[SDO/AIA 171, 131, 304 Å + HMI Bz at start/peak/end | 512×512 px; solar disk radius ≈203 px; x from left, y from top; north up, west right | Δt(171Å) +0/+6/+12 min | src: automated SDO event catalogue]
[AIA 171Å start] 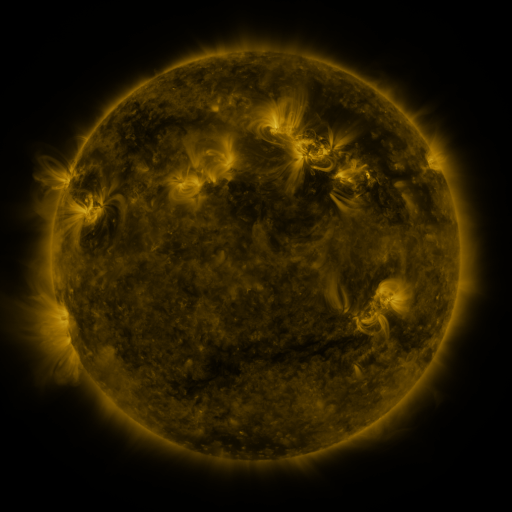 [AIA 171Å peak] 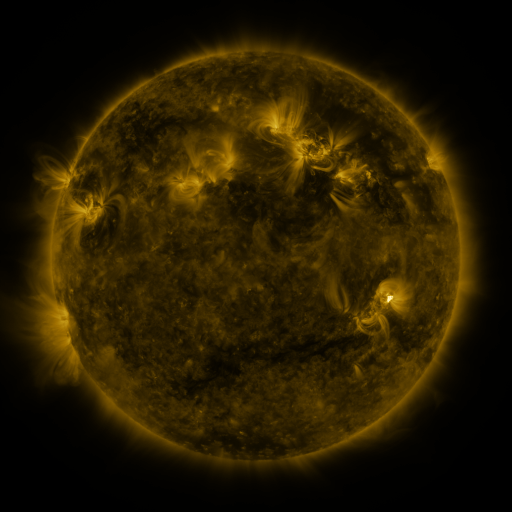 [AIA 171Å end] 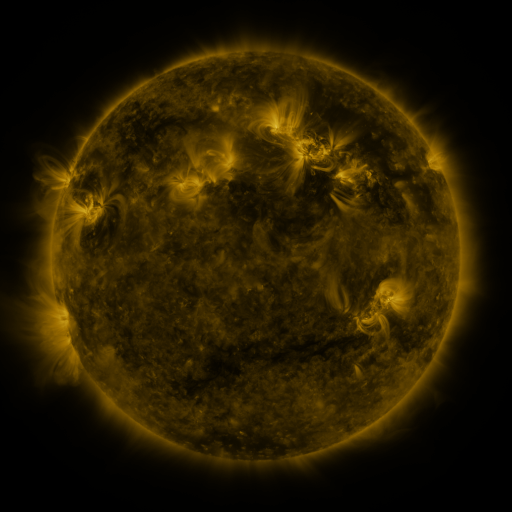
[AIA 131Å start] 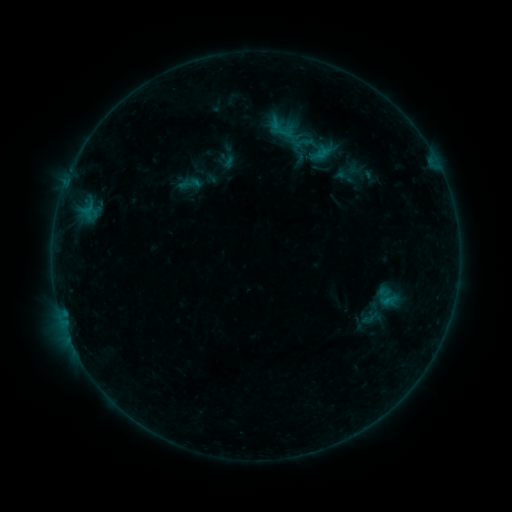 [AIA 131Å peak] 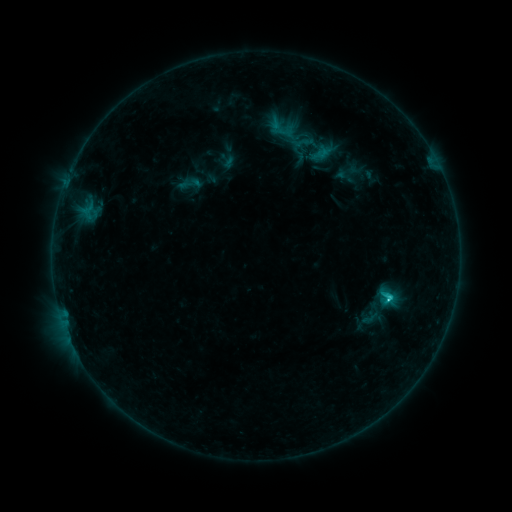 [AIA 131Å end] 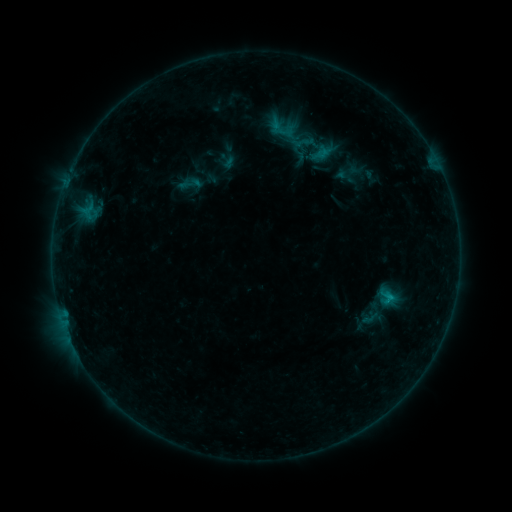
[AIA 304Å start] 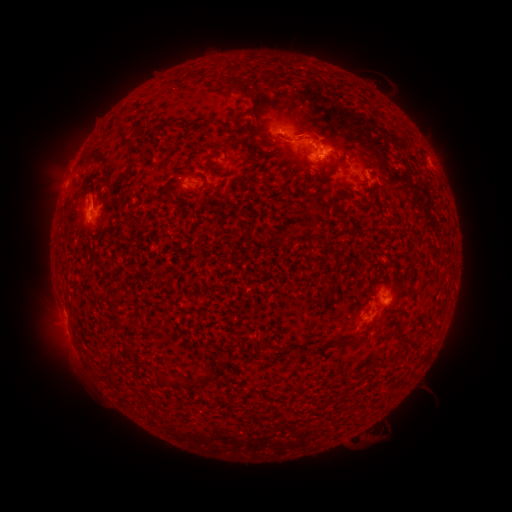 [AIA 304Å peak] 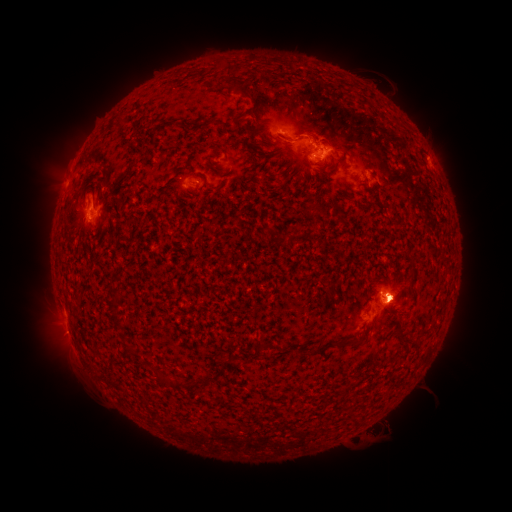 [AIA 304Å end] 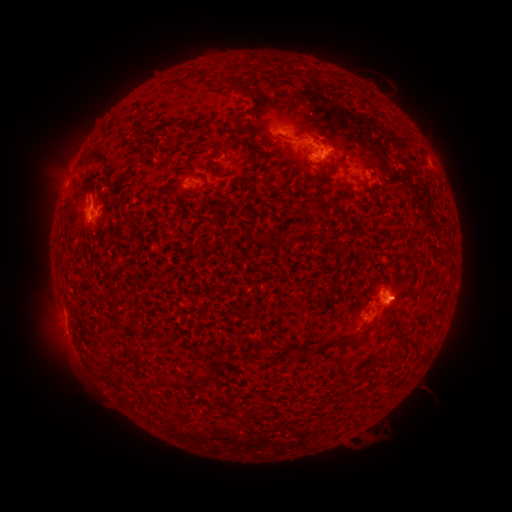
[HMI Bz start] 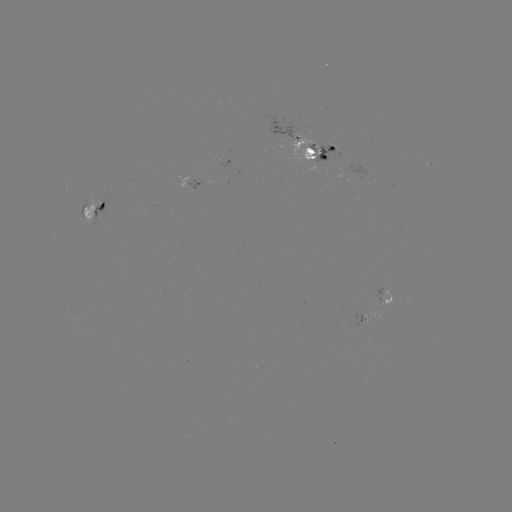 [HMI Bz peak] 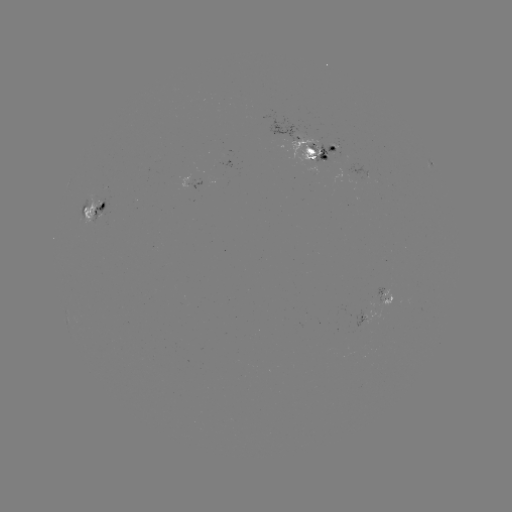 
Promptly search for C2.2 flare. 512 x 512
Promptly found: [388, 297].